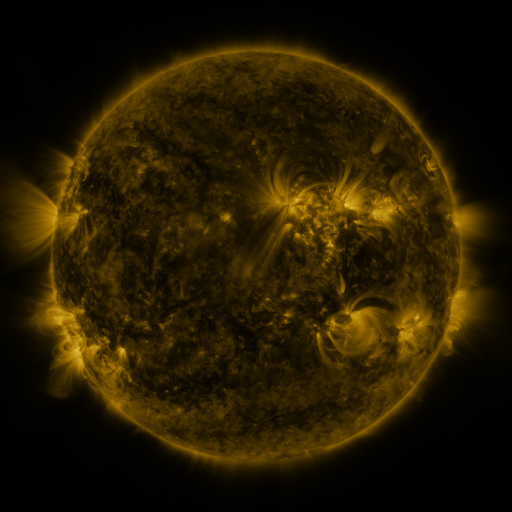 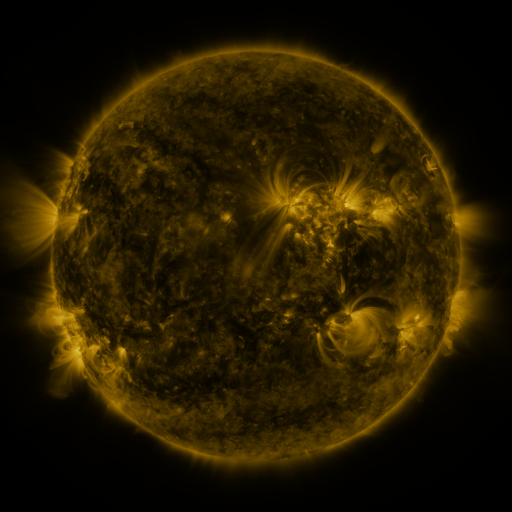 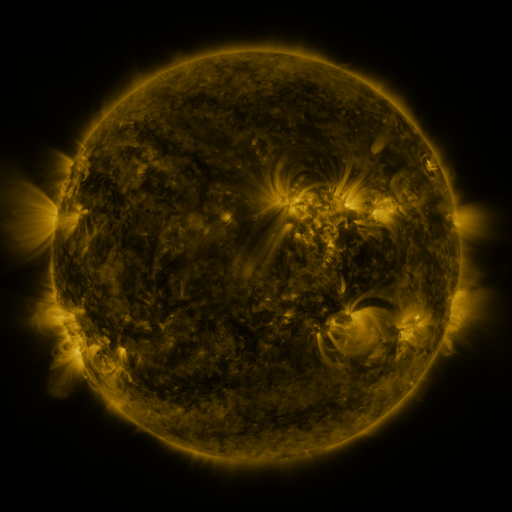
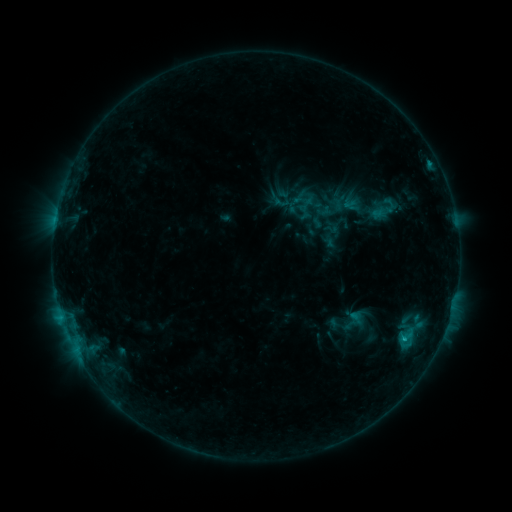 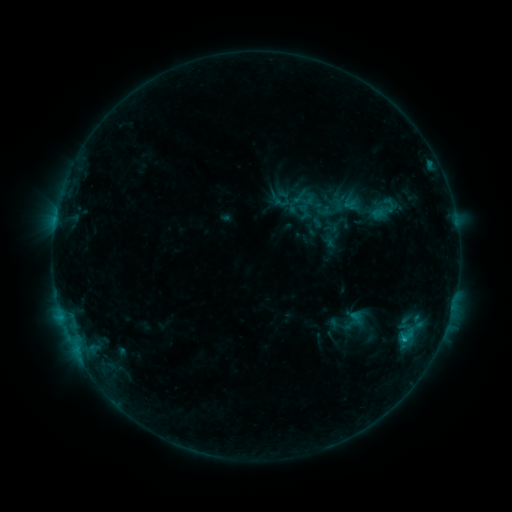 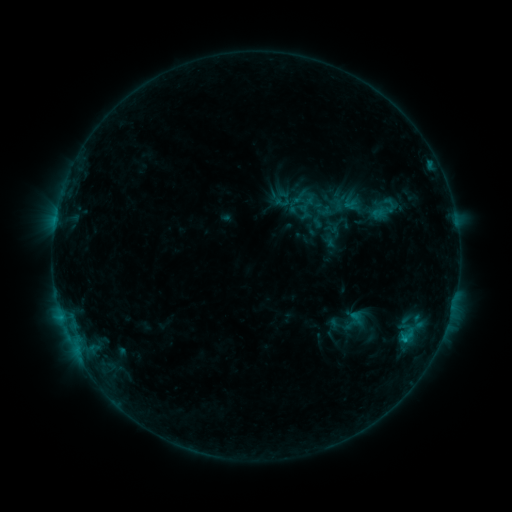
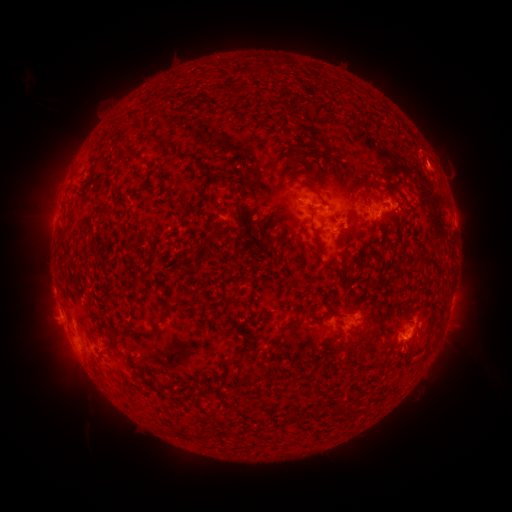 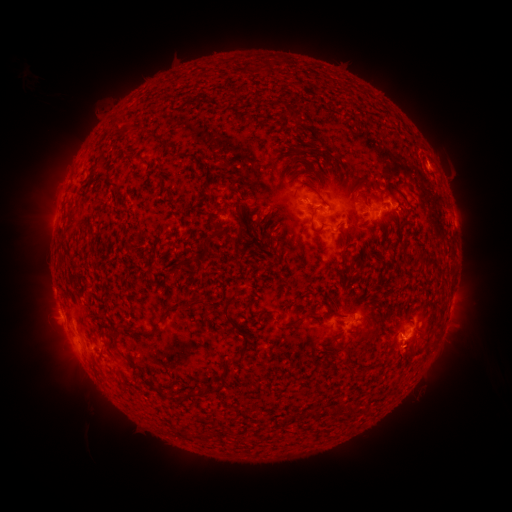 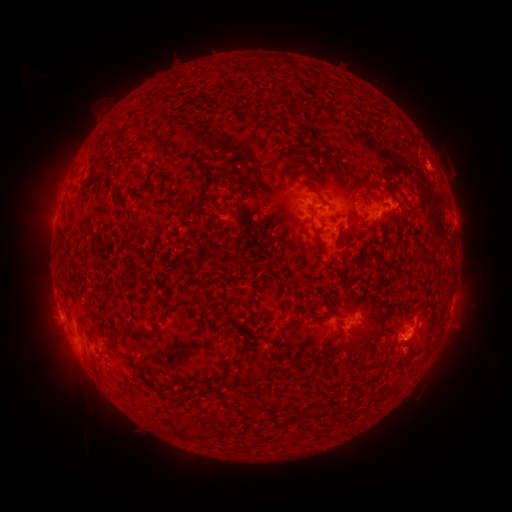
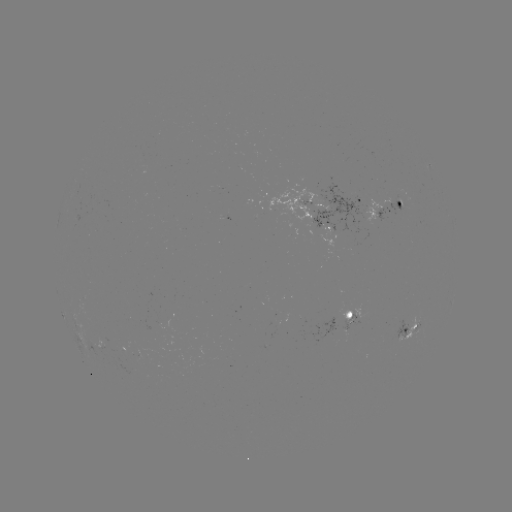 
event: eruption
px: (408, 358)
